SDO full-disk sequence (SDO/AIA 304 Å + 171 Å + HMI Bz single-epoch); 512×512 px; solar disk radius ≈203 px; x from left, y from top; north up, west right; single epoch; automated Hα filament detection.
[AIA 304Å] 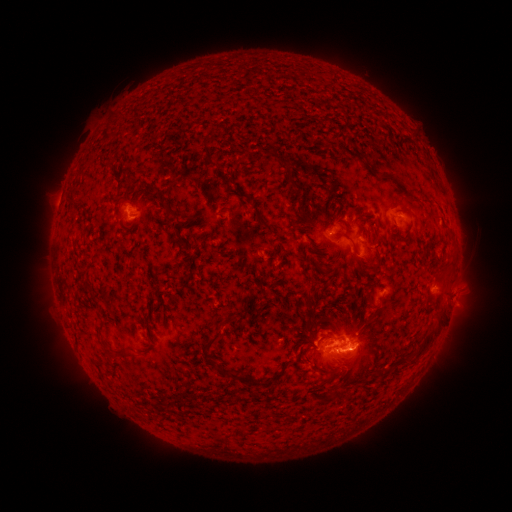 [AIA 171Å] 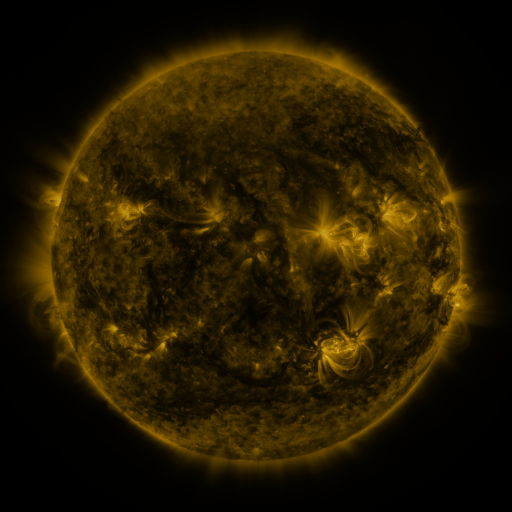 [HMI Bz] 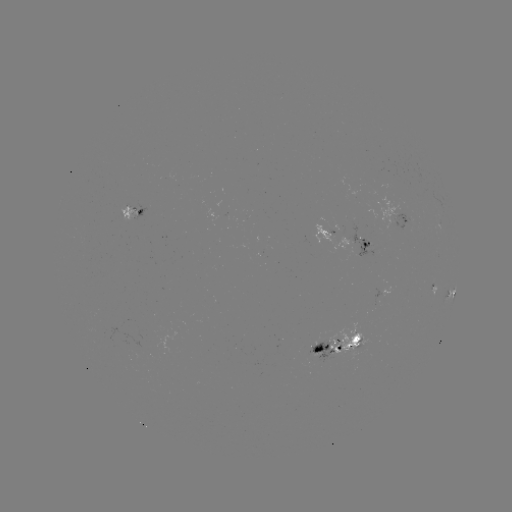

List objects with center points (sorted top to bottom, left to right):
filament: (300, 114, 310, 125)
filament: (358, 124, 373, 137)
filament: (373, 131, 388, 145)
filament: (383, 131, 401, 156)
filament: (315, 133, 332, 152)
filament: (363, 140, 376, 153)
filament: (335, 142, 380, 175)
filament: (300, 145, 318, 154)
filament: (282, 171, 303, 191)
filament: (218, 206, 232, 217)
filament: (401, 206, 413, 219)
filament: (167, 210, 181, 221)
filament: (297, 210, 309, 222)
filament: (353, 210, 371, 222)
filament: (254, 213, 271, 229)
filament: (332, 227, 359, 255)
filament: (360, 248, 381, 270)
filament: (440, 253, 454, 271)
filament: (327, 256, 337, 263)
filament: (368, 294, 376, 306)
filament: (415, 305, 447, 356)
filament: (223, 311, 239, 327)
filament: (307, 322, 316, 343)
filament: (145, 324, 151, 335)
filament: (320, 331, 334, 338)
filament: (202, 333, 247, 383)
filament: (112, 350, 125, 361)
filament: (270, 371, 284, 382)
